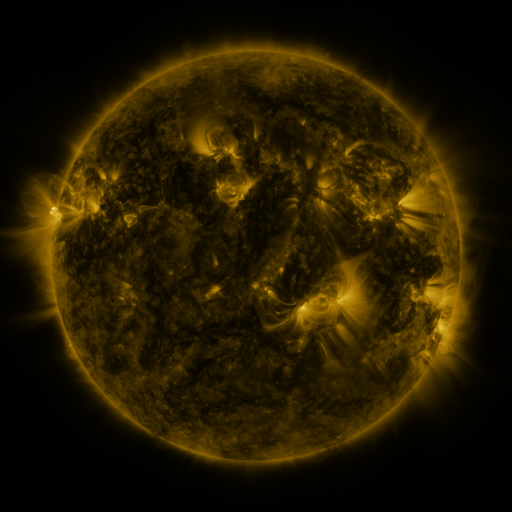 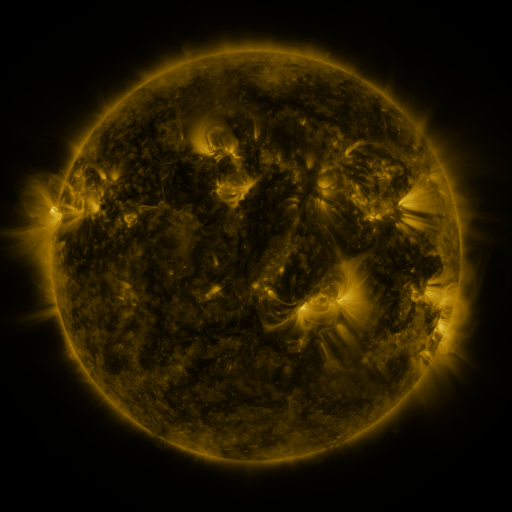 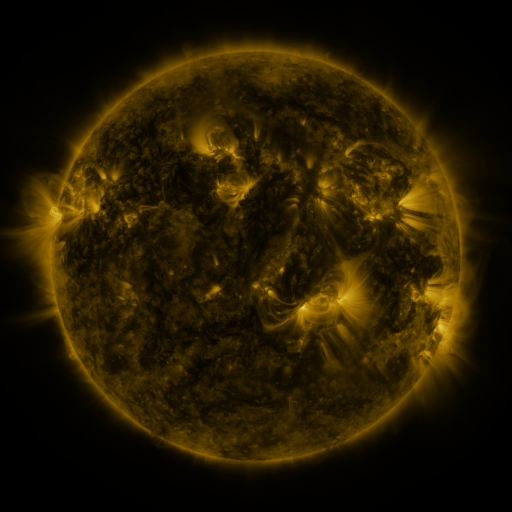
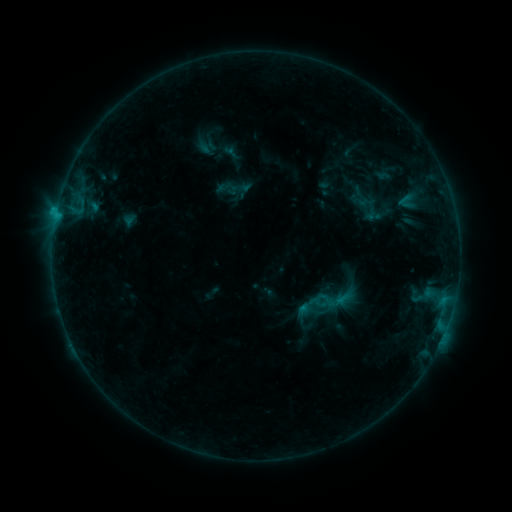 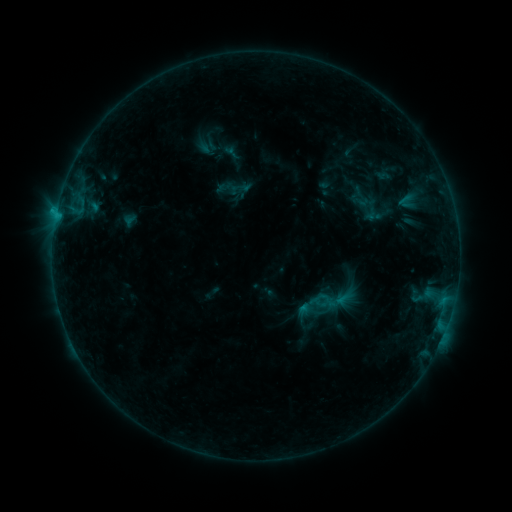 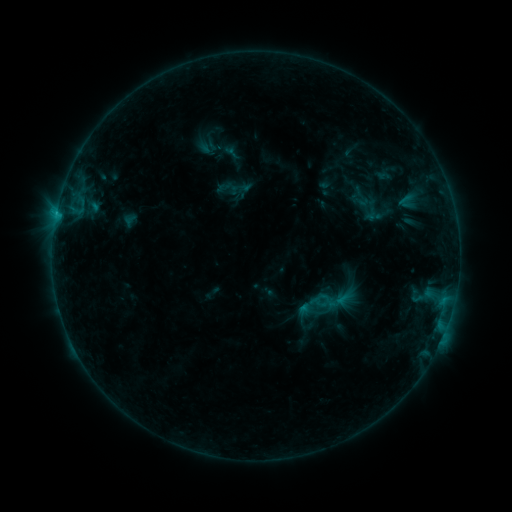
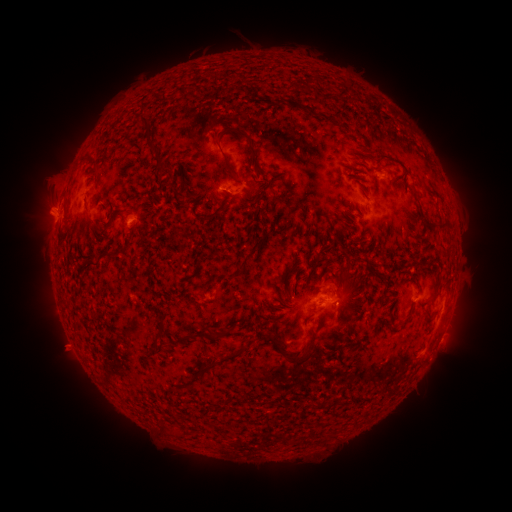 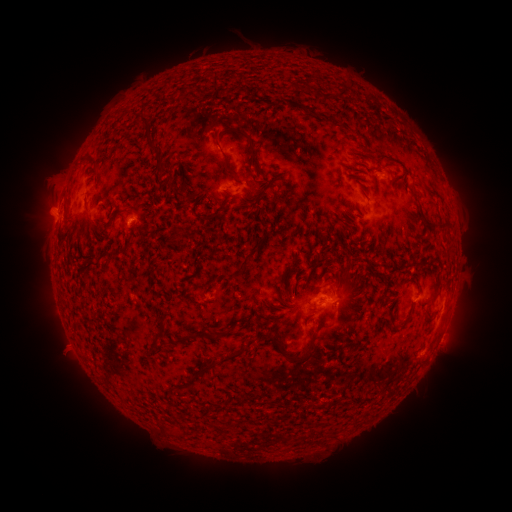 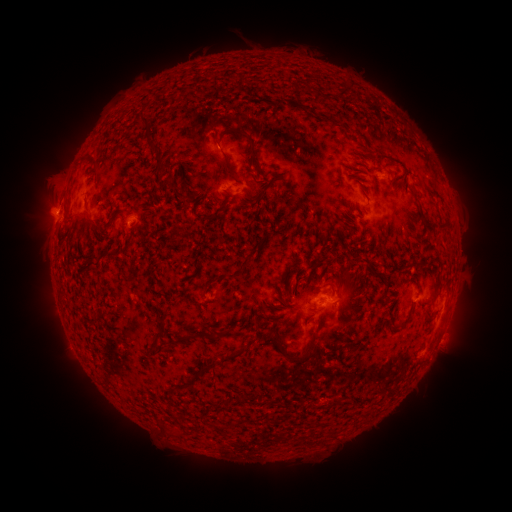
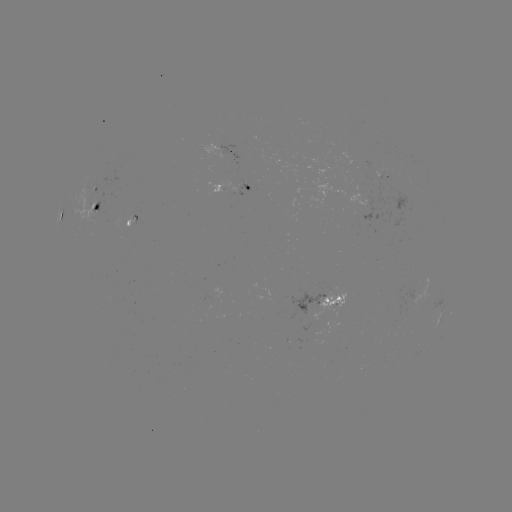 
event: flare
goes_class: B6.8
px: (56, 216)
